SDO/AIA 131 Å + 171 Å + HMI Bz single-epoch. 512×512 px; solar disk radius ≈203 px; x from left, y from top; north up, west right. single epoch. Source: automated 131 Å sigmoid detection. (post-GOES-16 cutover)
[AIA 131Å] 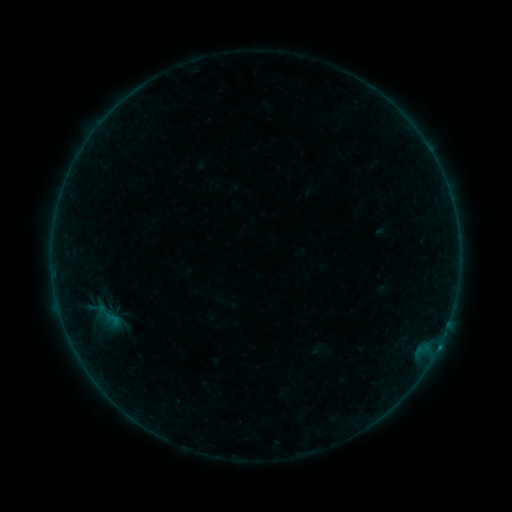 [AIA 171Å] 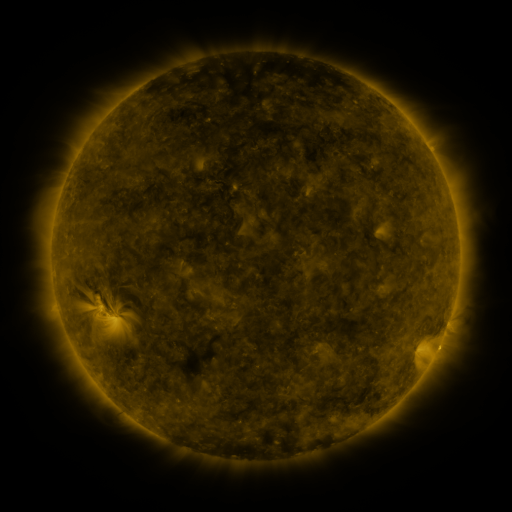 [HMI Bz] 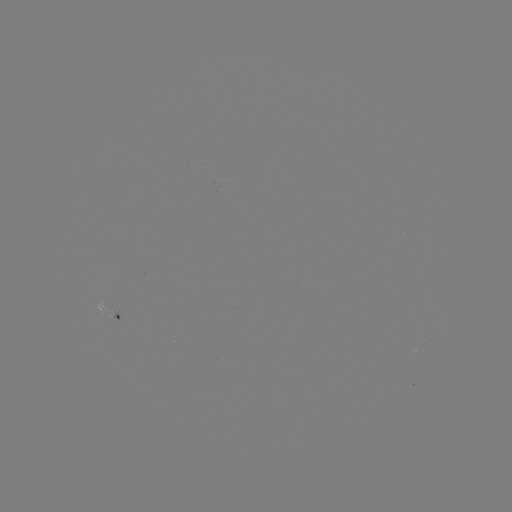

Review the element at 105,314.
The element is sigmoid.